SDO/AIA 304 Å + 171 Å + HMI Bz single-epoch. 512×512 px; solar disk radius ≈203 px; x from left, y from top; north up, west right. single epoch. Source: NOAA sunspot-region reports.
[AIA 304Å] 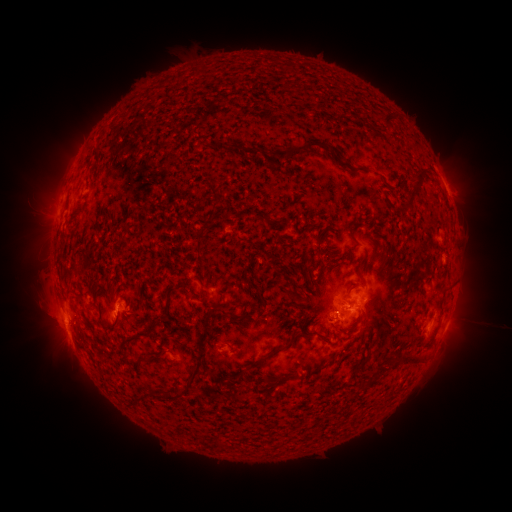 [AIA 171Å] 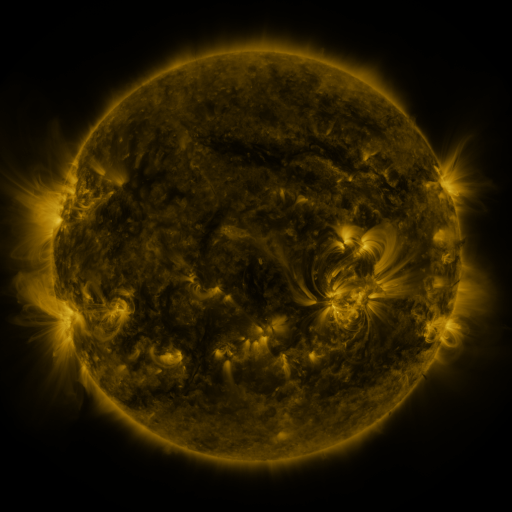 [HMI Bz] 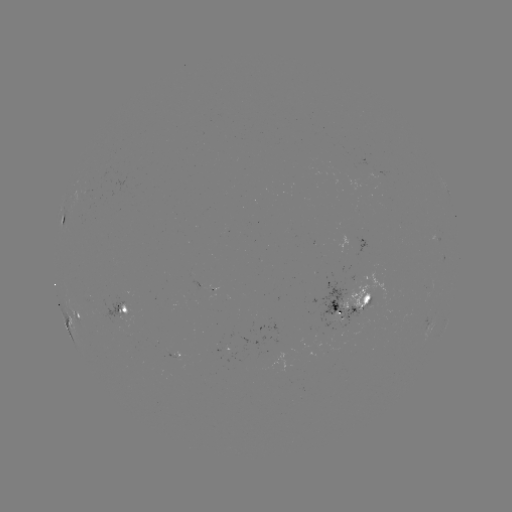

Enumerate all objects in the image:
spotted active region: (448, 194)
spotted active region: (64, 213)
spotted active region: (122, 306)
spotted active region: (349, 308)
spotted active region: (75, 313)
